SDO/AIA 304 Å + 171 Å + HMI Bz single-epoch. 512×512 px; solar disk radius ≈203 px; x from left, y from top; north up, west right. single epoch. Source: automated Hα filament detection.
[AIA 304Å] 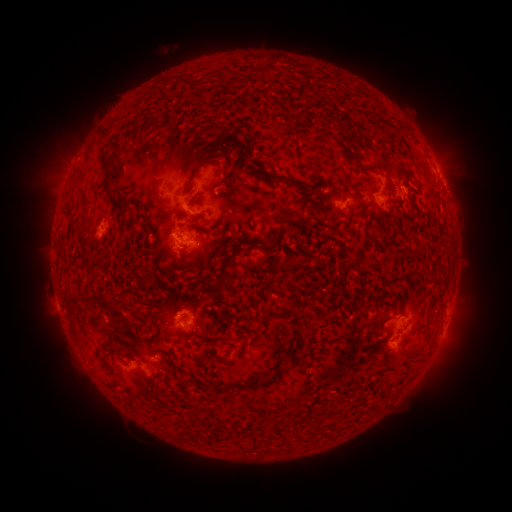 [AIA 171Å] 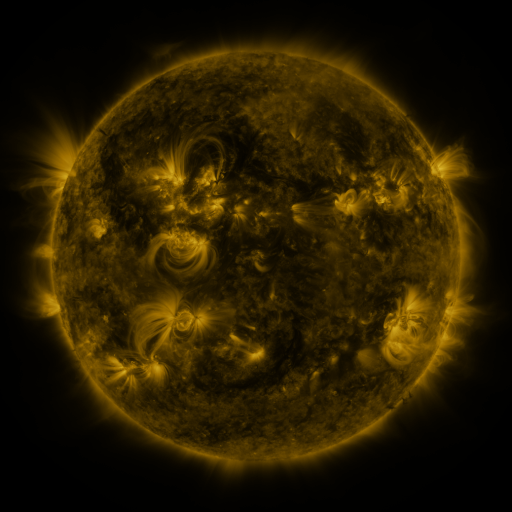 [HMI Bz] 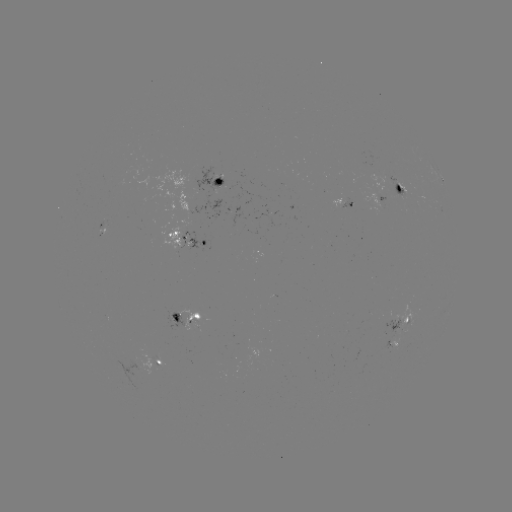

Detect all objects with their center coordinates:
filament: (100, 129, 110, 138)
filament: (201, 149, 209, 160)
filament: (243, 151, 251, 164)
filament: (228, 152, 241, 170)
filament: (99, 153, 110, 167)
filament: (368, 161, 390, 177)
filament: (241, 164, 303, 191)
filament: (216, 165, 229, 178)
filament: (103, 176, 133, 211)
filament: (135, 211, 145, 220)
filament: (141, 222, 151, 234)
filament: (98, 291, 111, 308)
filament: (65, 293, 89, 304)
filament: (67, 308, 78, 318)
filament: (298, 328, 311, 339)
filament: (285, 353, 295, 360)
filament: (215, 354, 230, 362)
filament: (245, 371, 279, 392)
filament: (178, 379, 189, 388)
